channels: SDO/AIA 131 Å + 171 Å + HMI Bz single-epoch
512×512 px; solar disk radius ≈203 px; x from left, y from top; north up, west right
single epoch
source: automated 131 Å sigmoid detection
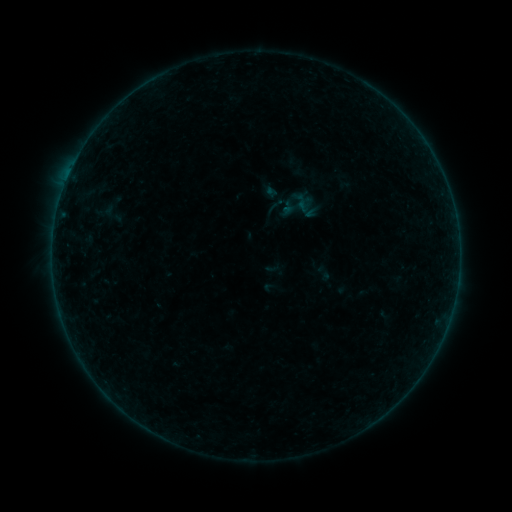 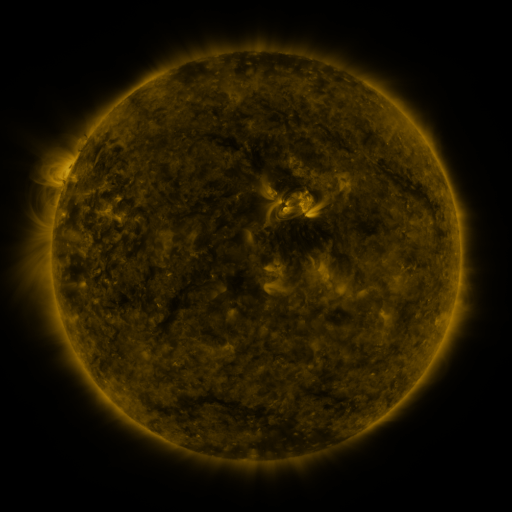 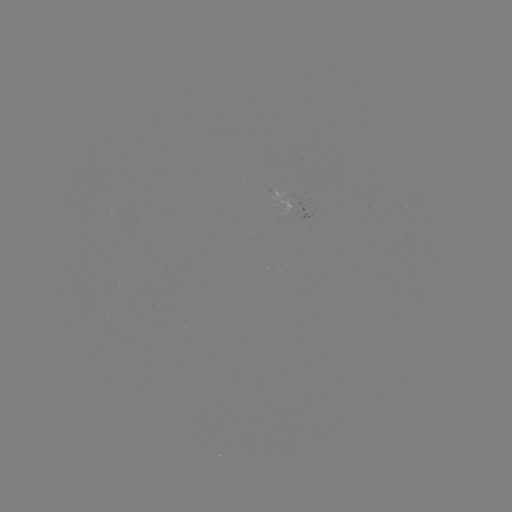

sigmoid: [102, 201, 126, 226]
